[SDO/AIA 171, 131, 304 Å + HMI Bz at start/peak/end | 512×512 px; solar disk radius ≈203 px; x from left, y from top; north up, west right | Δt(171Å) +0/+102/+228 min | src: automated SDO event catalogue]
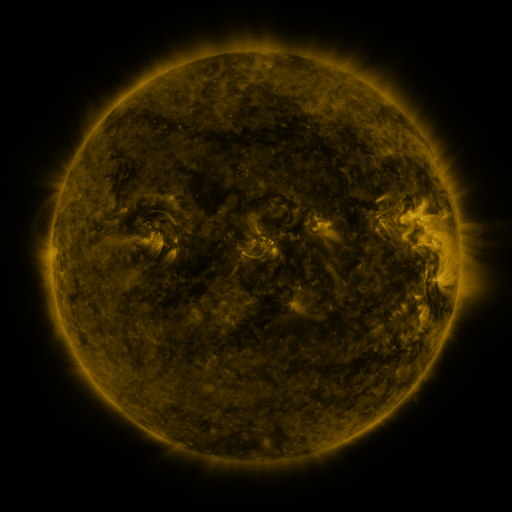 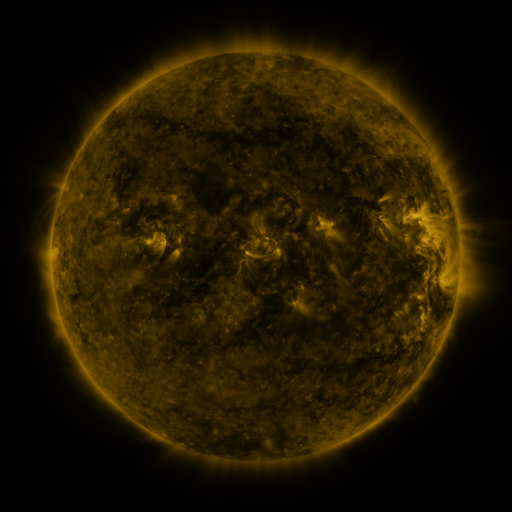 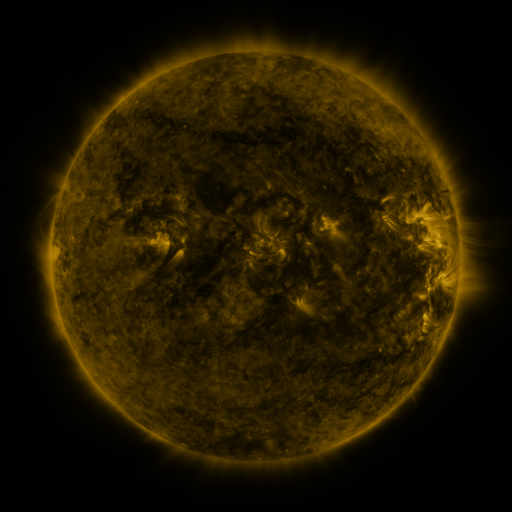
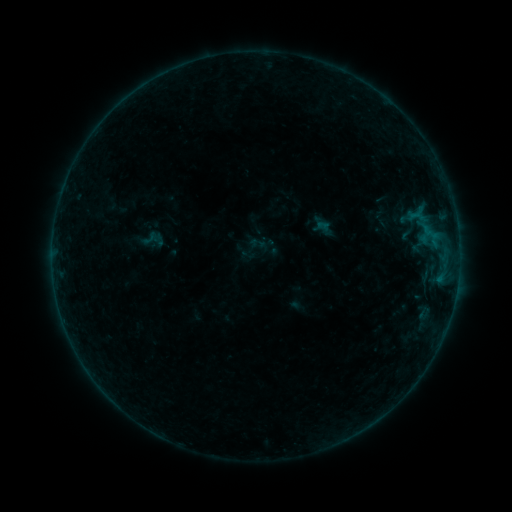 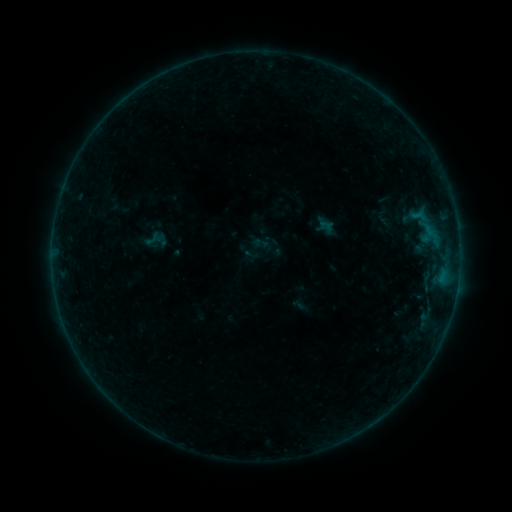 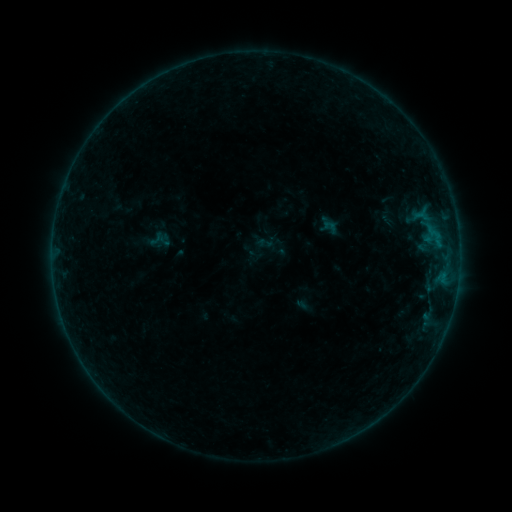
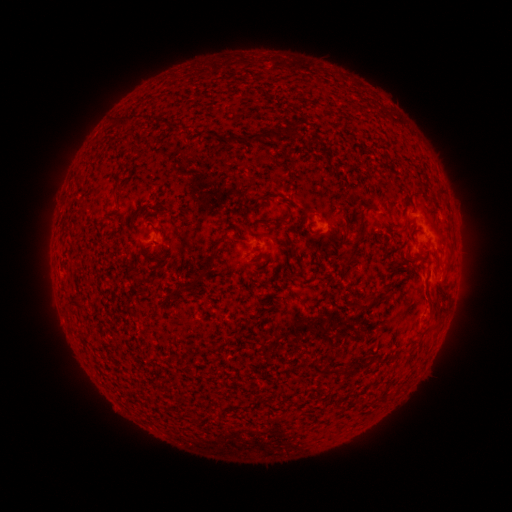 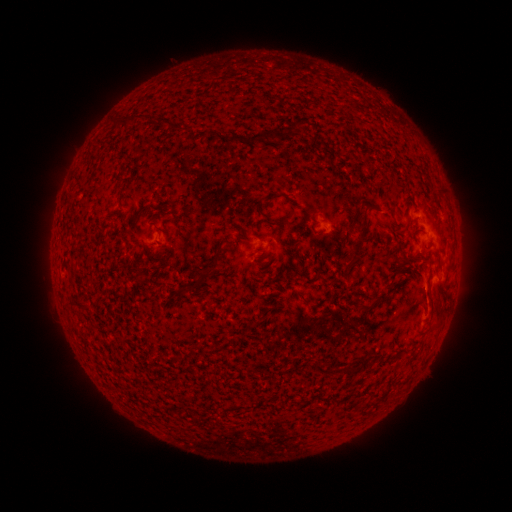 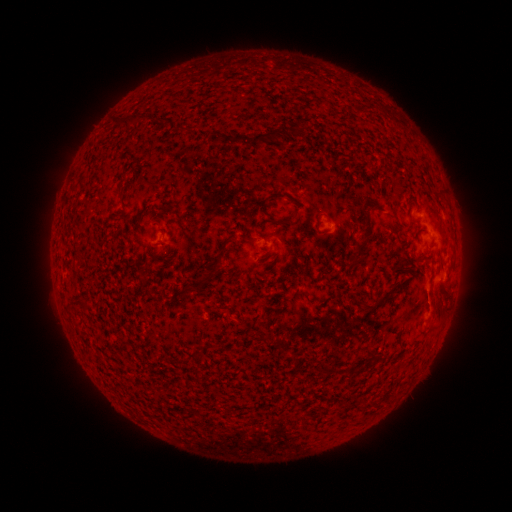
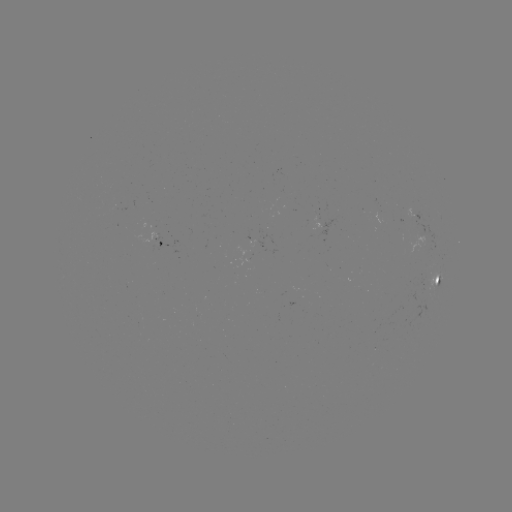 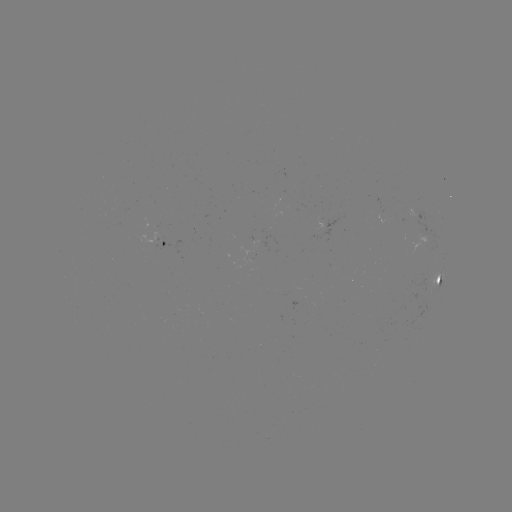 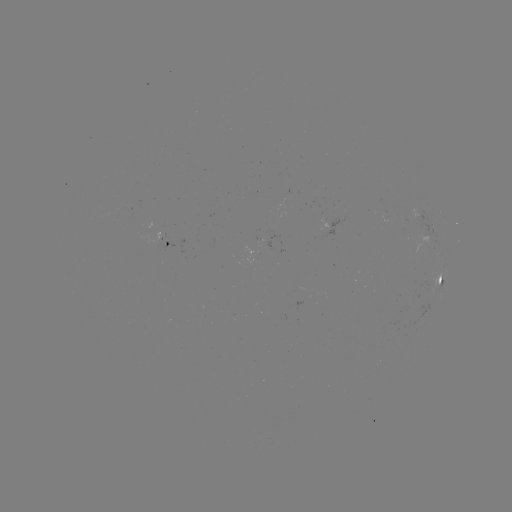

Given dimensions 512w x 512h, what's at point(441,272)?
B3.9 flare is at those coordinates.